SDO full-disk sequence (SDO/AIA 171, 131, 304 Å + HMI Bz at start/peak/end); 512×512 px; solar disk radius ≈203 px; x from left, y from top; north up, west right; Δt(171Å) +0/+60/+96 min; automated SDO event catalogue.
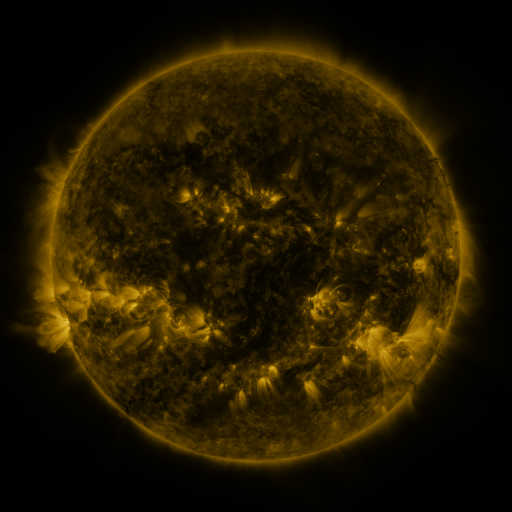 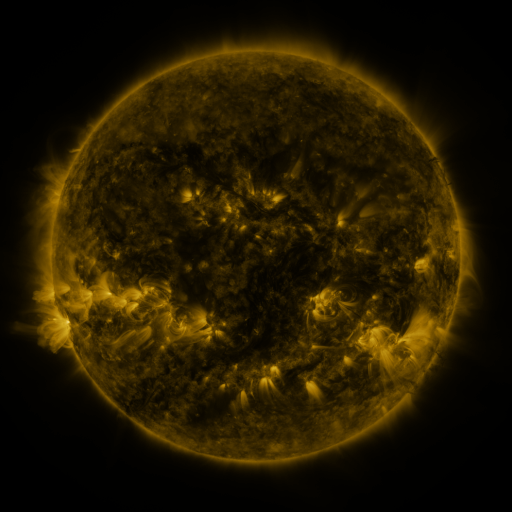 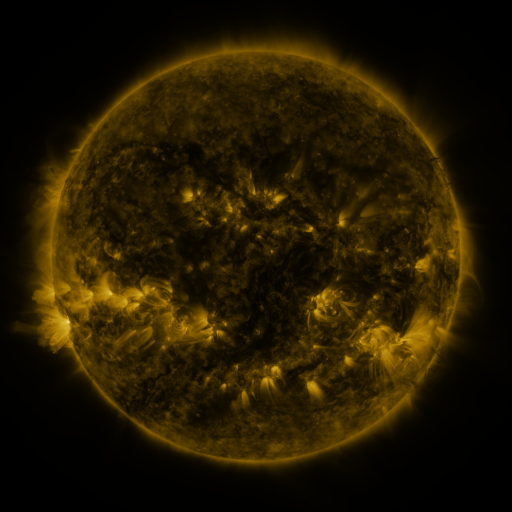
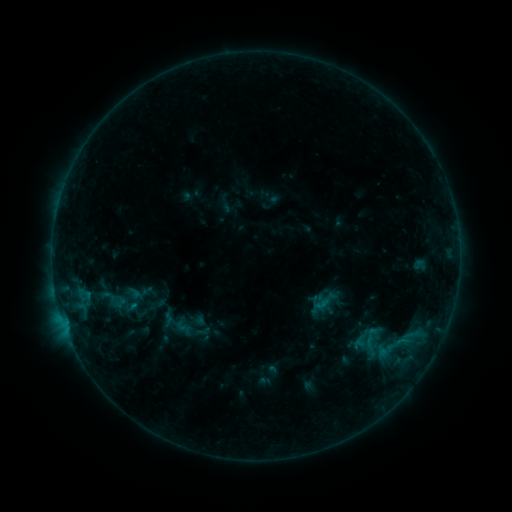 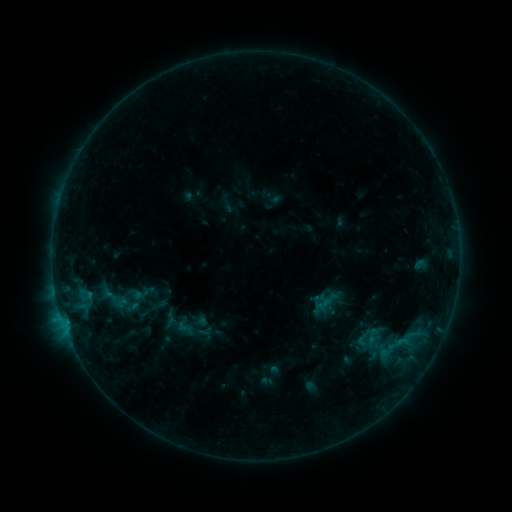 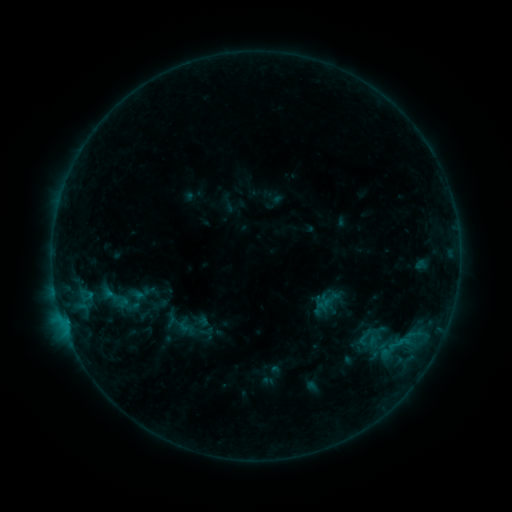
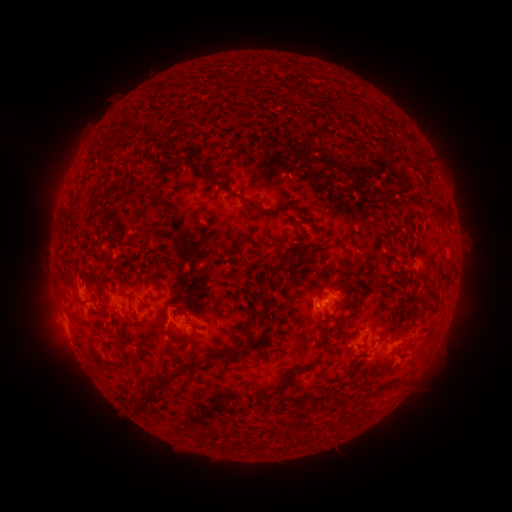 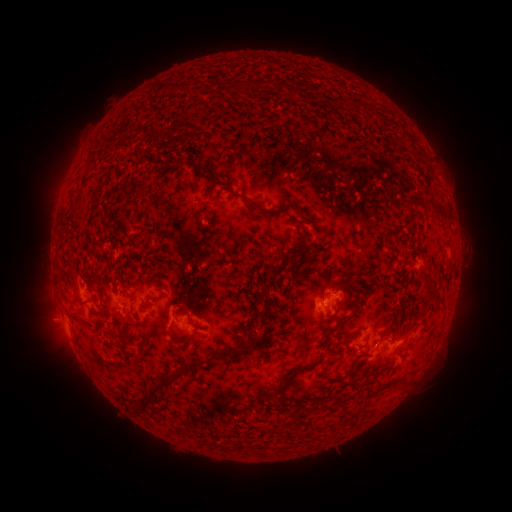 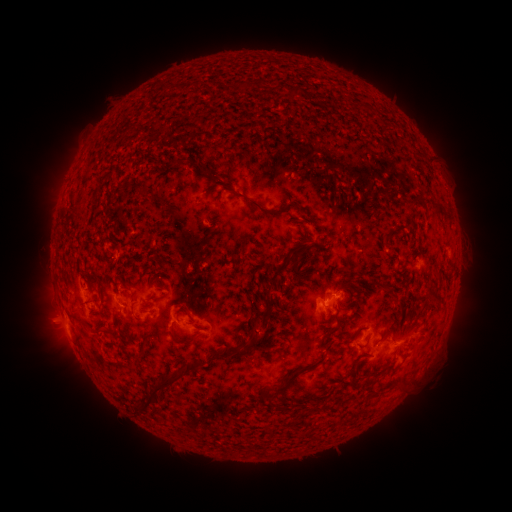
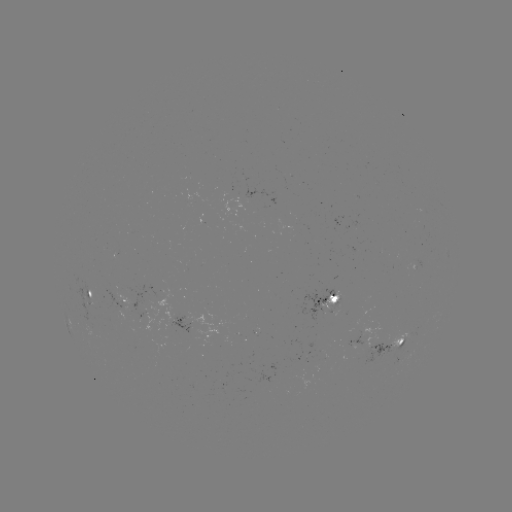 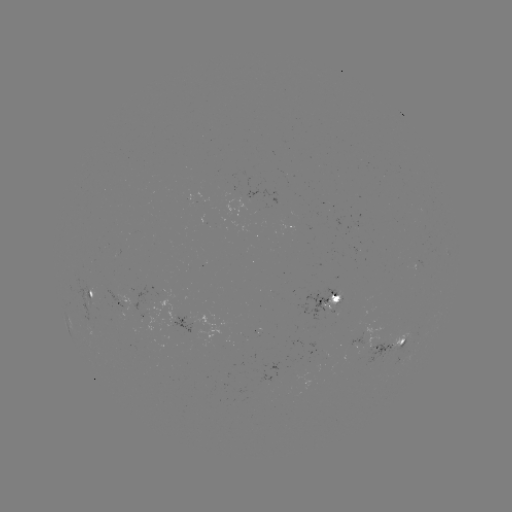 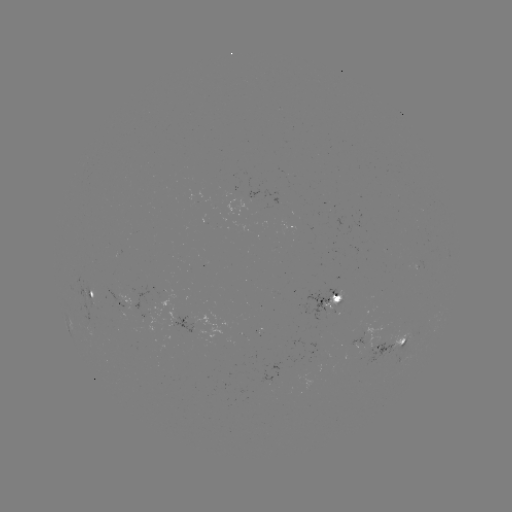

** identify emerging-flux region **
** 385,343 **